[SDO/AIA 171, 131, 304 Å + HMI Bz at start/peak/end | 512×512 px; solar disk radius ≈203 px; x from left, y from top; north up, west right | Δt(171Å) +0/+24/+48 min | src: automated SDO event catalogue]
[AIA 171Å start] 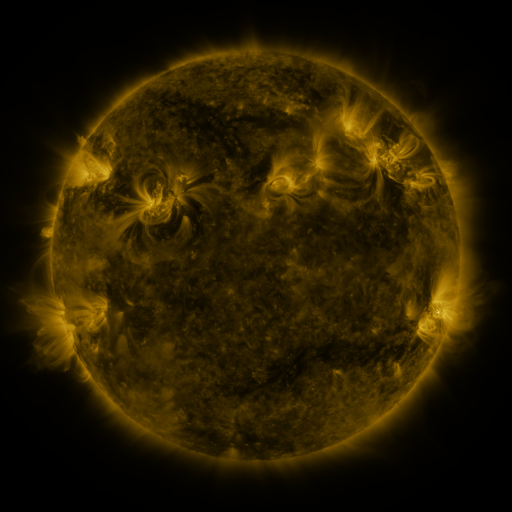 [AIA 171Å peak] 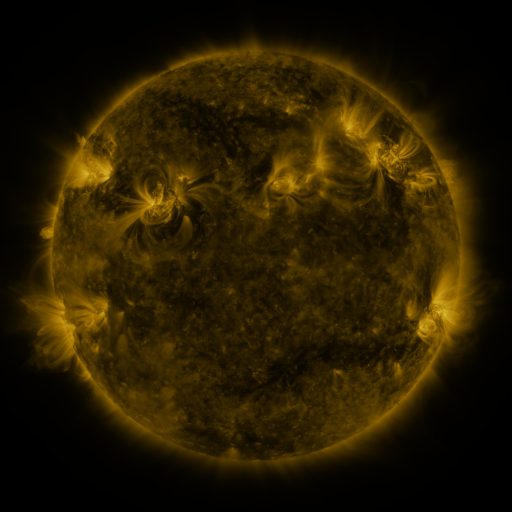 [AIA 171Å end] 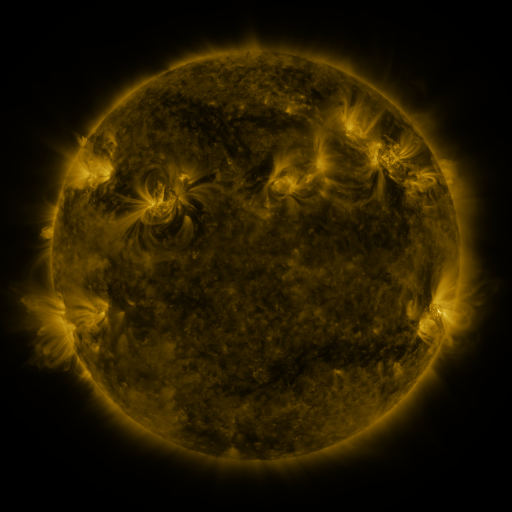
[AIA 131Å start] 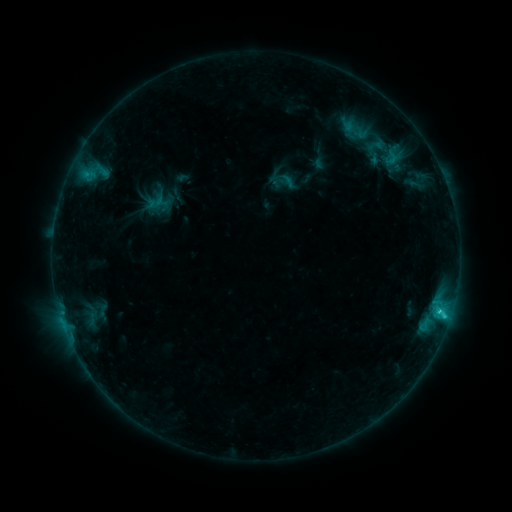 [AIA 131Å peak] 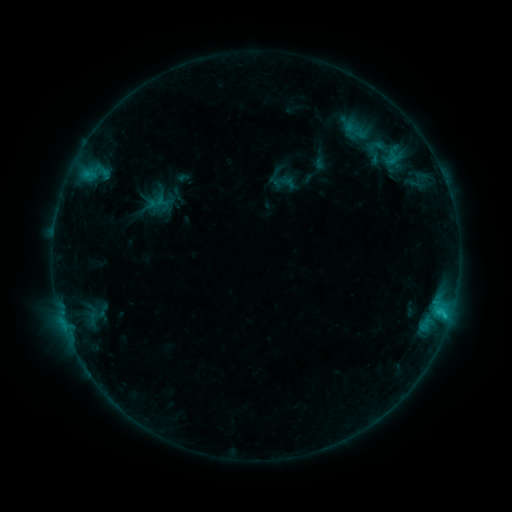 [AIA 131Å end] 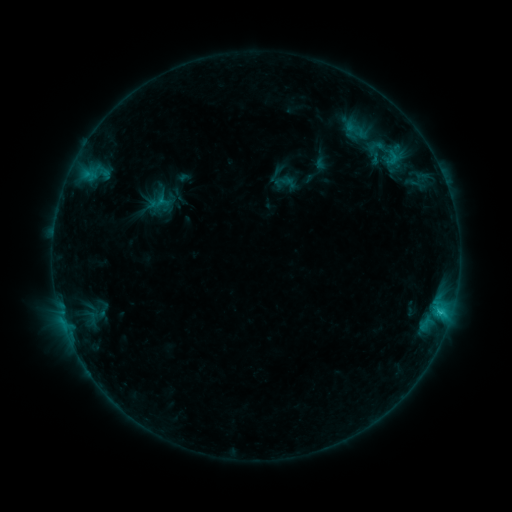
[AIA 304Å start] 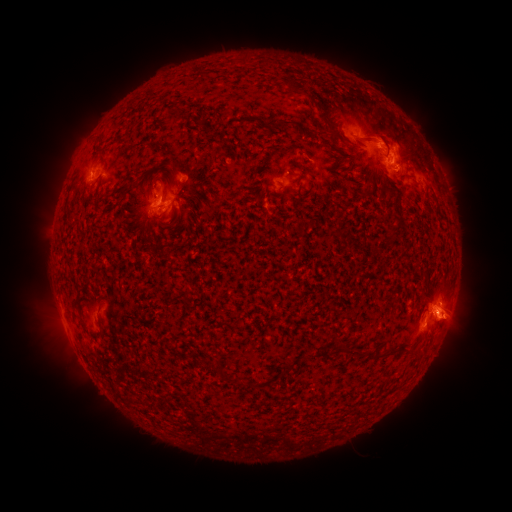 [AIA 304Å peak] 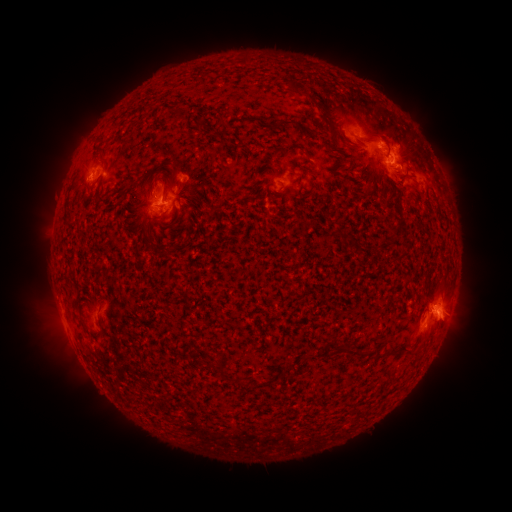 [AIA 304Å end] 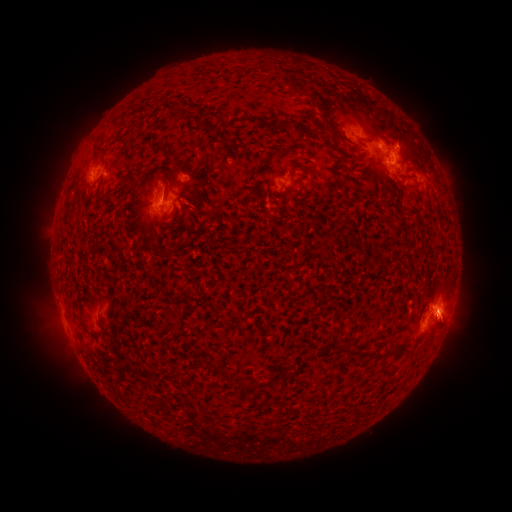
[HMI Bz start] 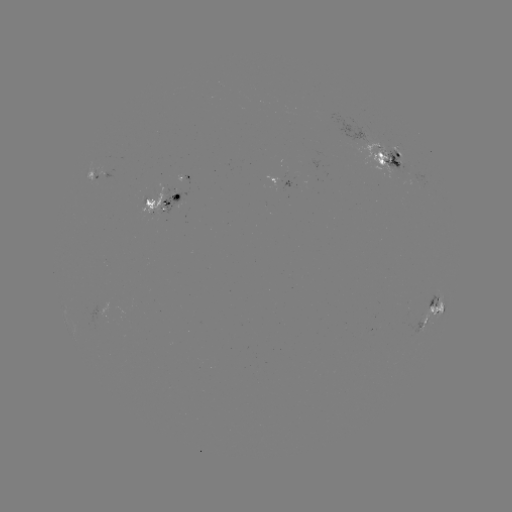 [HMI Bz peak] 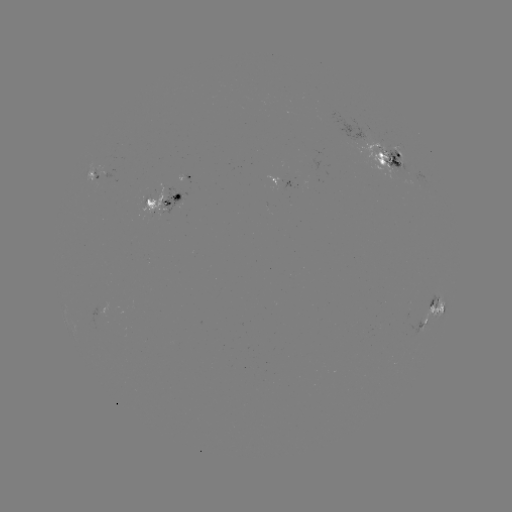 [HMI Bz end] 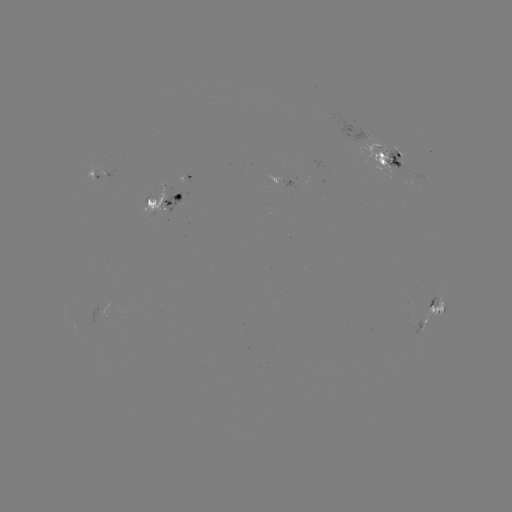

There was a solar emerging-flux region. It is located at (156, 206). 